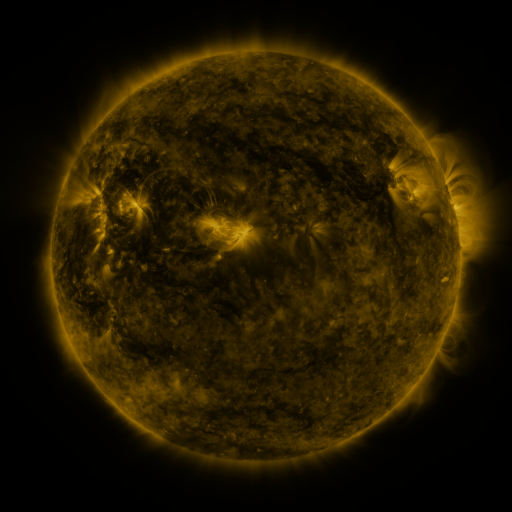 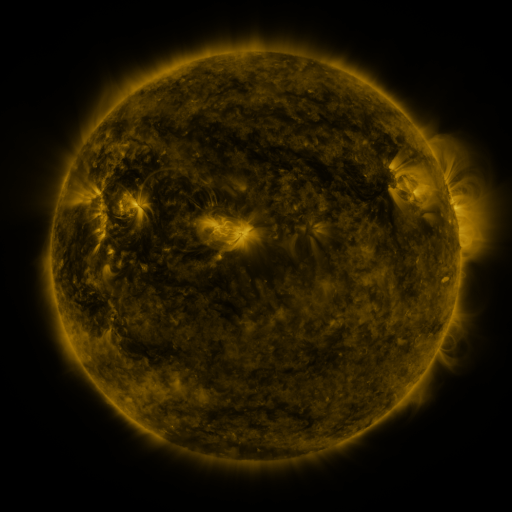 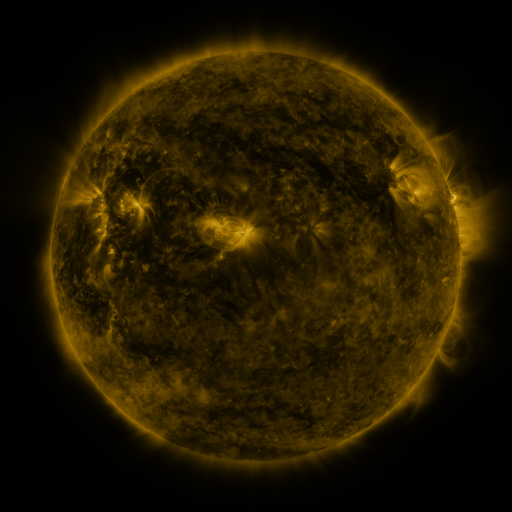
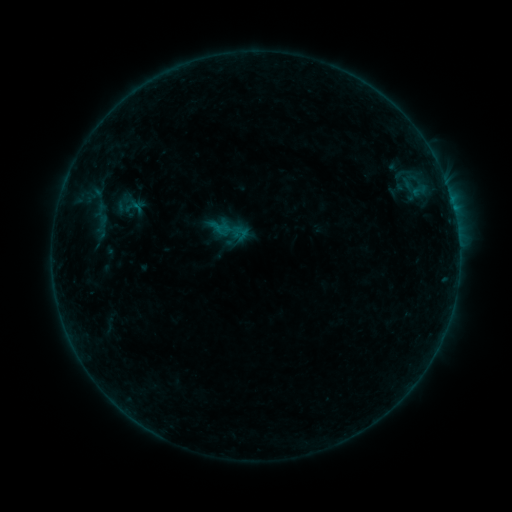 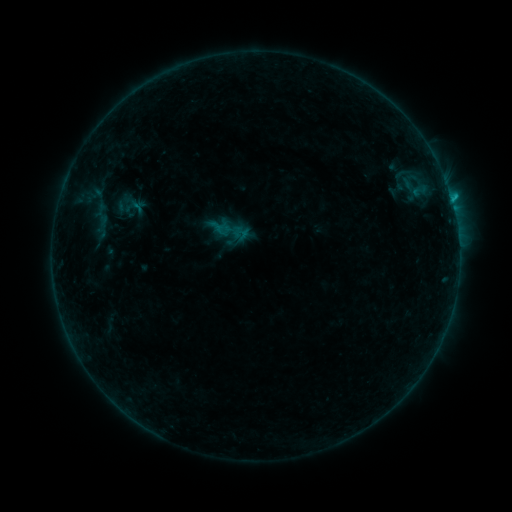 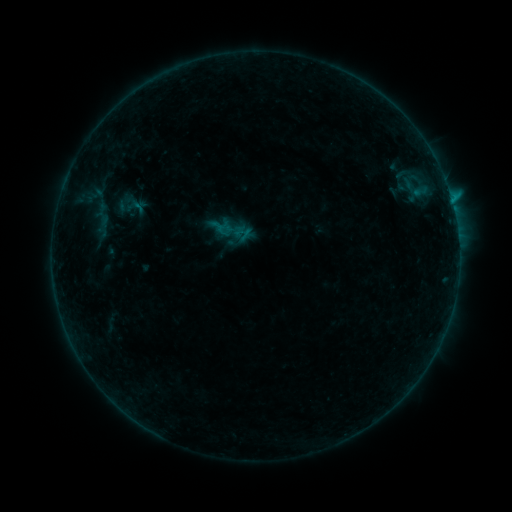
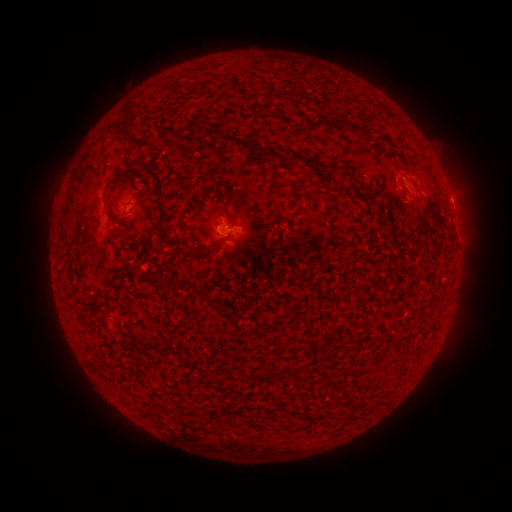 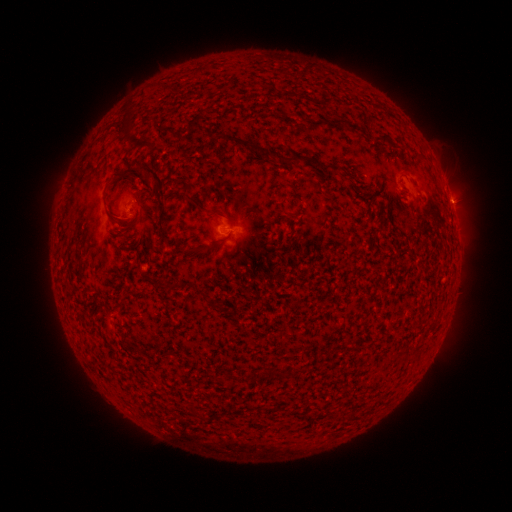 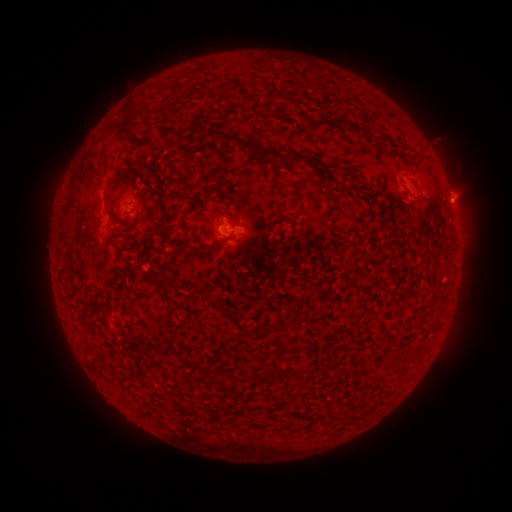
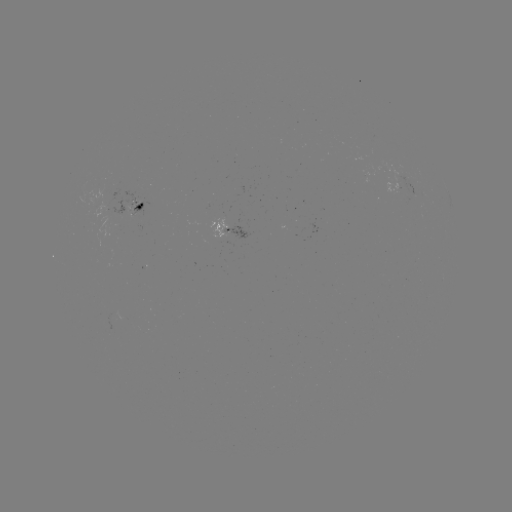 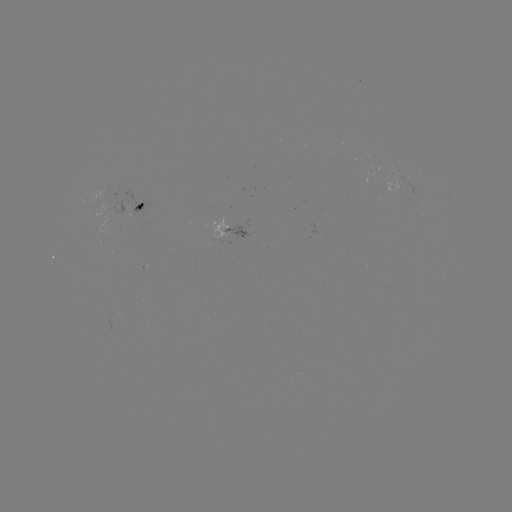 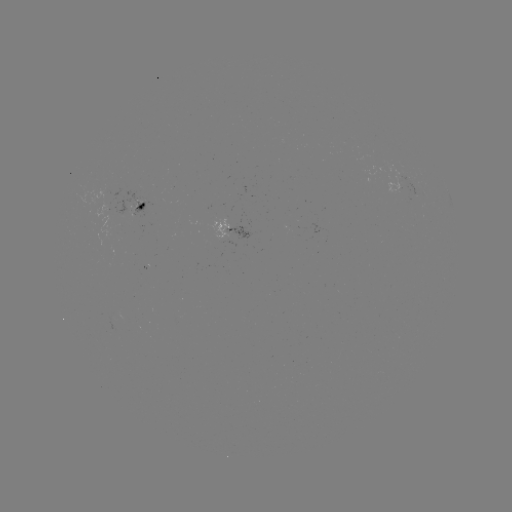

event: flare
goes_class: B5.8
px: (451, 199)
